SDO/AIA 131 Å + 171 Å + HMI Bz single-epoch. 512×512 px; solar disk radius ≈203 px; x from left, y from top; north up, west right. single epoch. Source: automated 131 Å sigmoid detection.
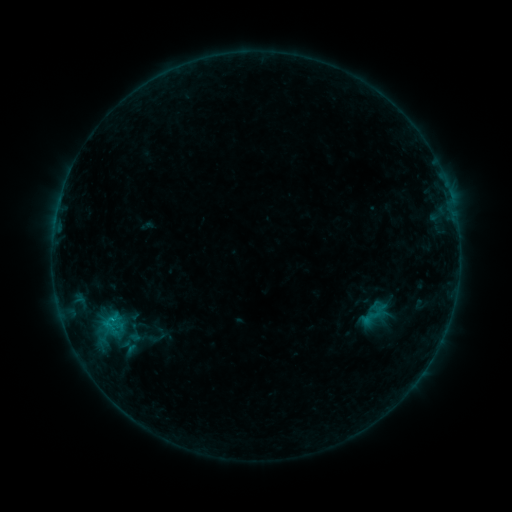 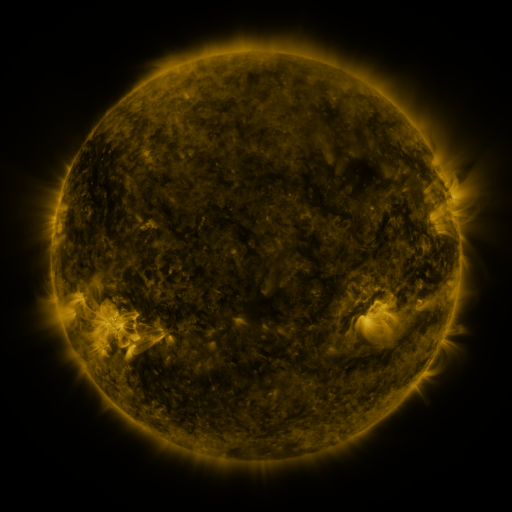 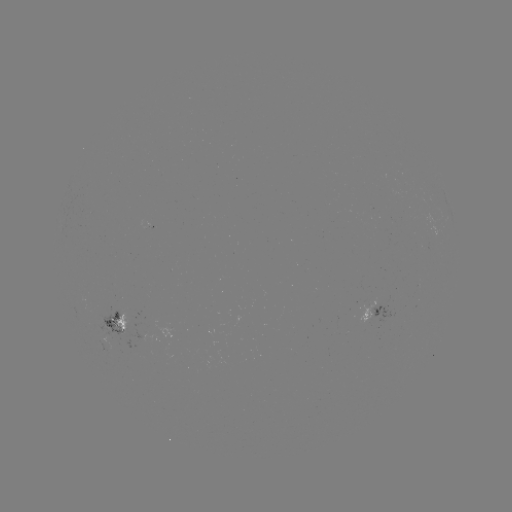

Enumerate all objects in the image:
sigmoid: (366, 304, 385, 322)
sigmoid: (98, 308, 126, 333)
